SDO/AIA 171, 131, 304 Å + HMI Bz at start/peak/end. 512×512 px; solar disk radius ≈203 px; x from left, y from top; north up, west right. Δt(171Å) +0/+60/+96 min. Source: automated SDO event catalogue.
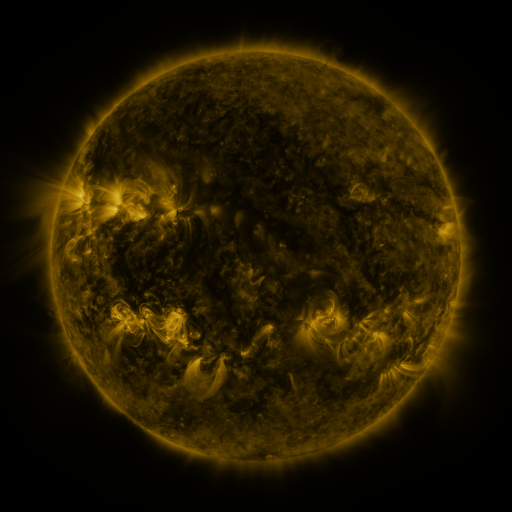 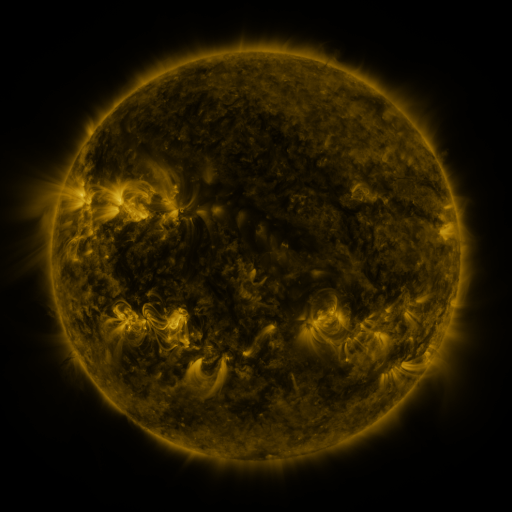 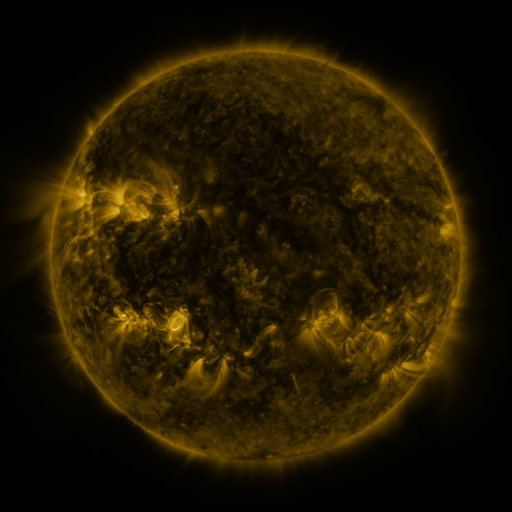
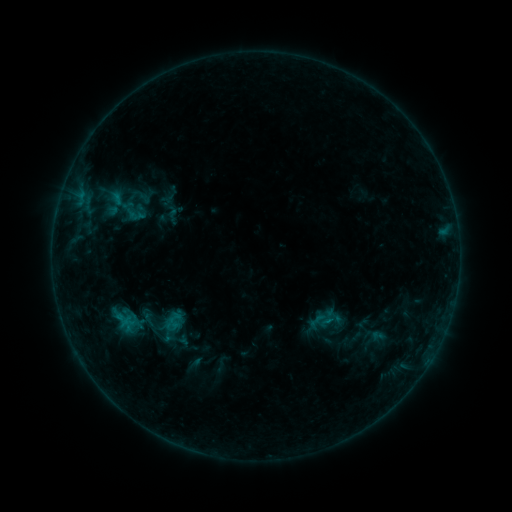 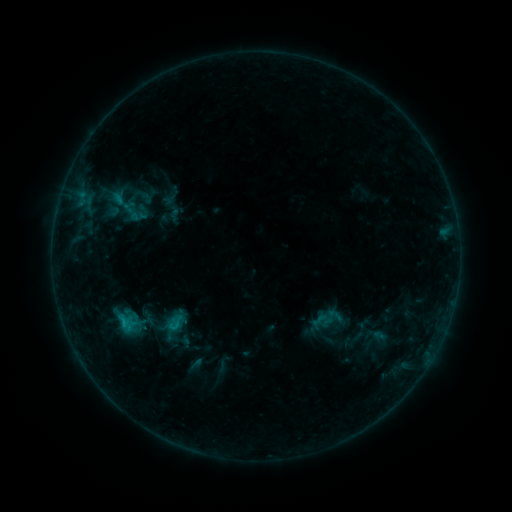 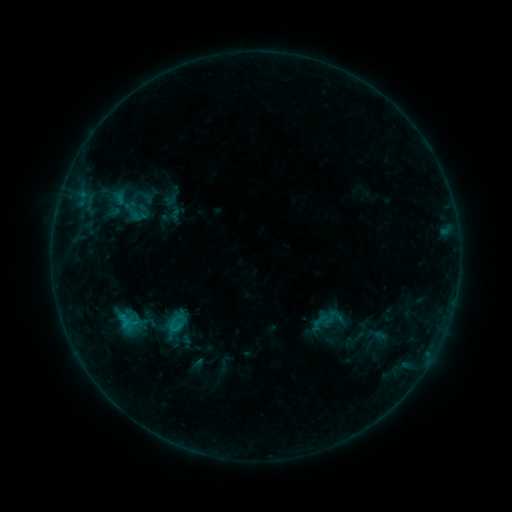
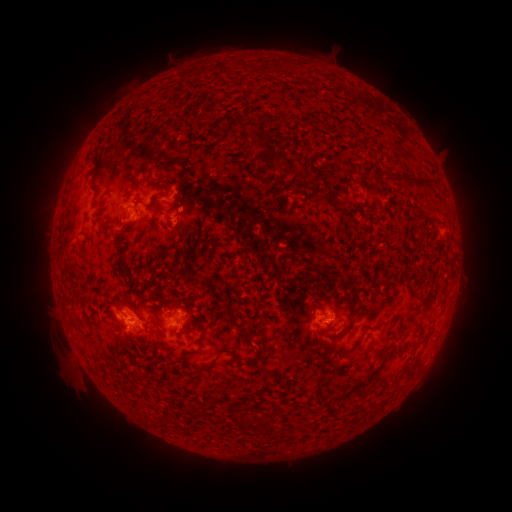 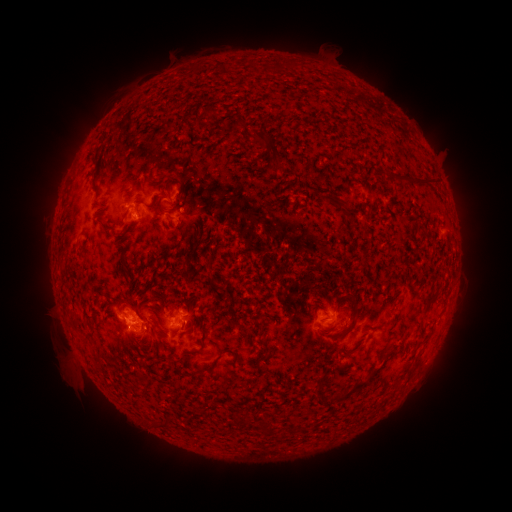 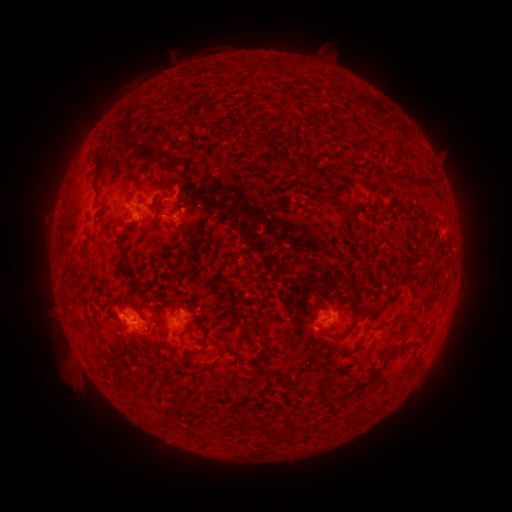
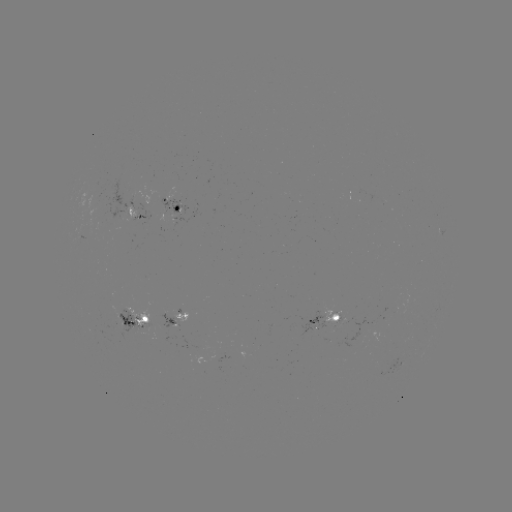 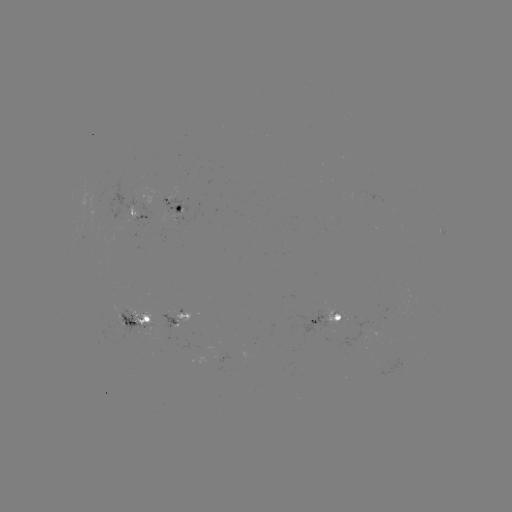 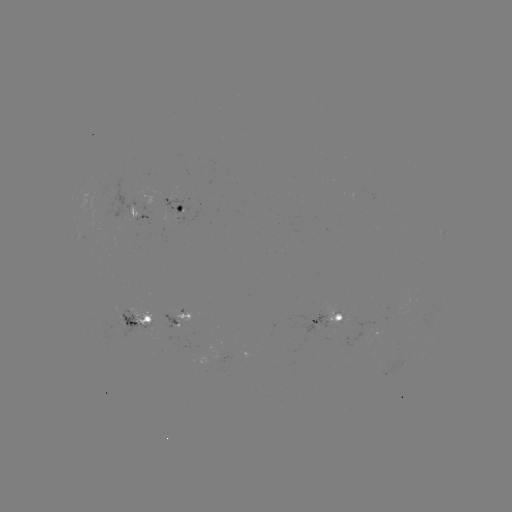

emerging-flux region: [129, 195, 135, 208]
